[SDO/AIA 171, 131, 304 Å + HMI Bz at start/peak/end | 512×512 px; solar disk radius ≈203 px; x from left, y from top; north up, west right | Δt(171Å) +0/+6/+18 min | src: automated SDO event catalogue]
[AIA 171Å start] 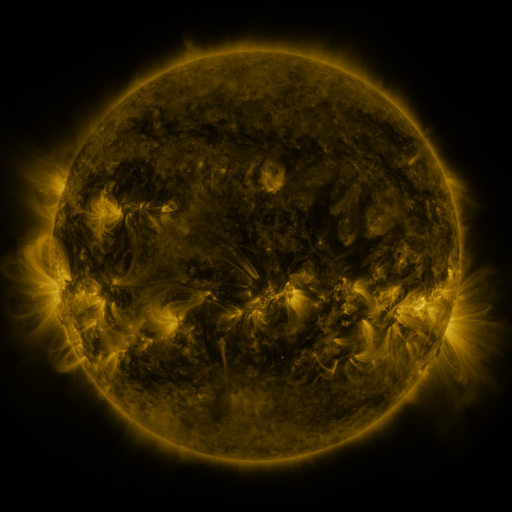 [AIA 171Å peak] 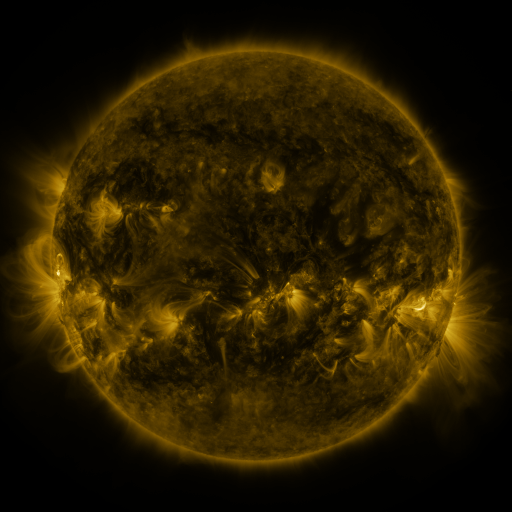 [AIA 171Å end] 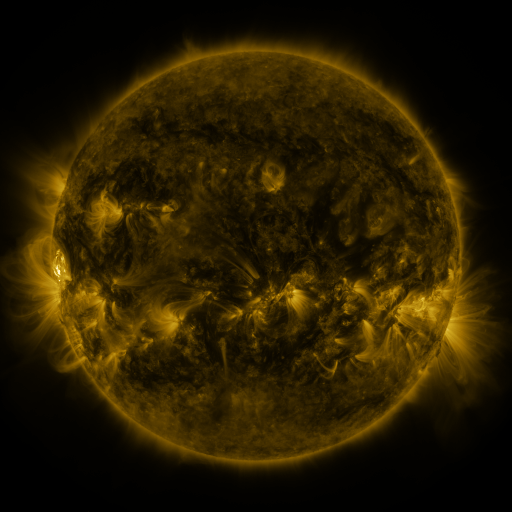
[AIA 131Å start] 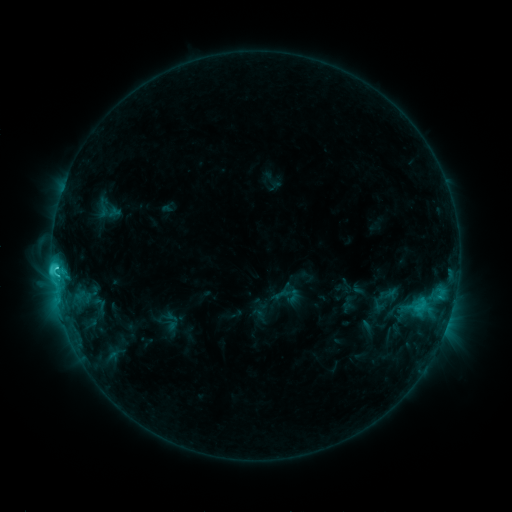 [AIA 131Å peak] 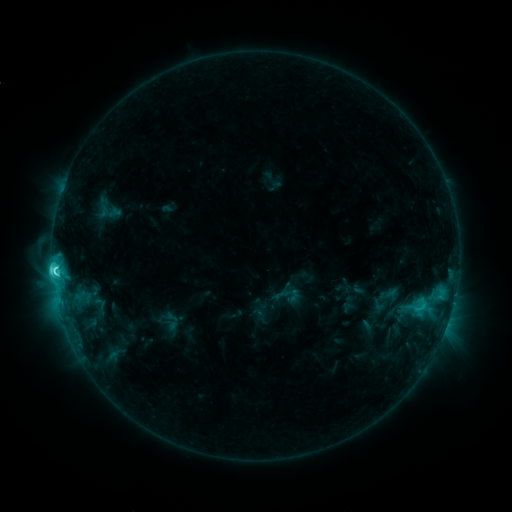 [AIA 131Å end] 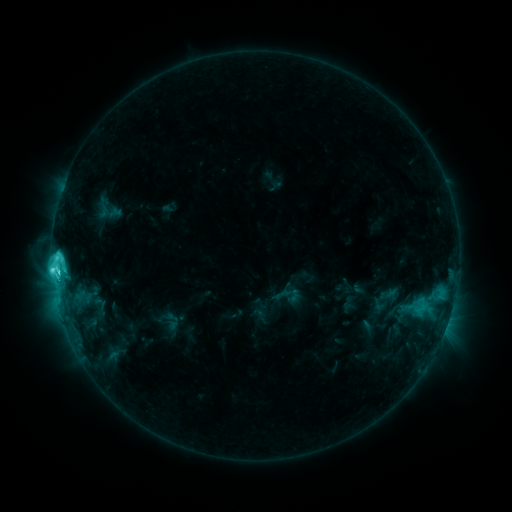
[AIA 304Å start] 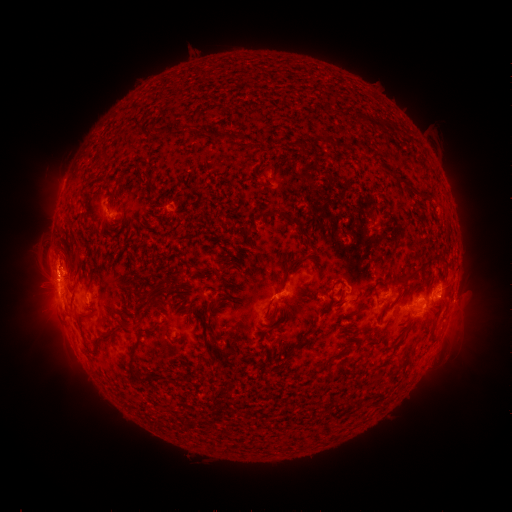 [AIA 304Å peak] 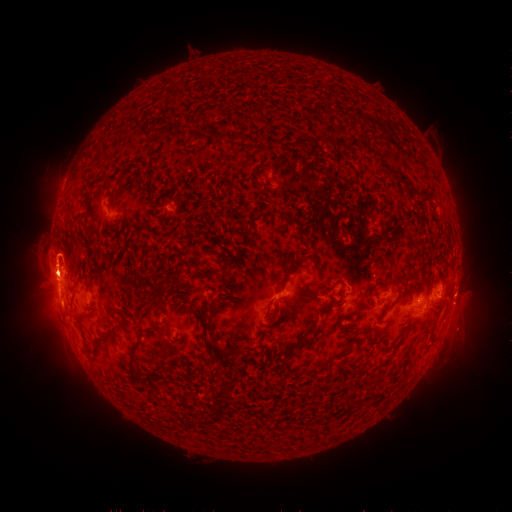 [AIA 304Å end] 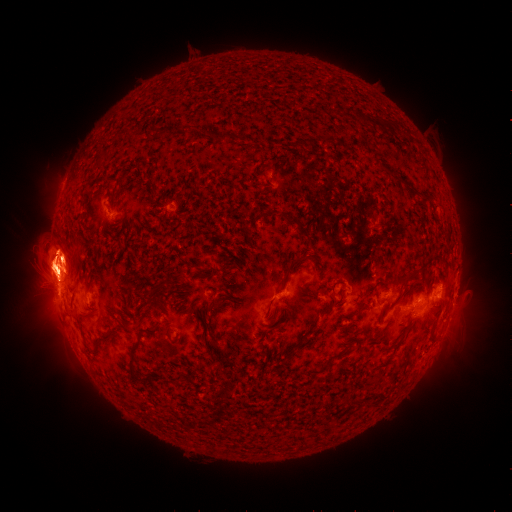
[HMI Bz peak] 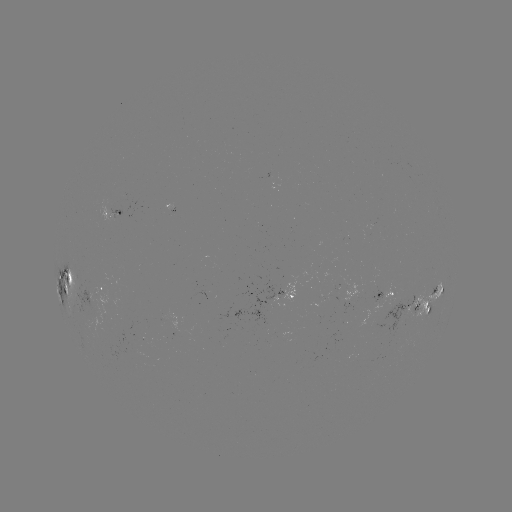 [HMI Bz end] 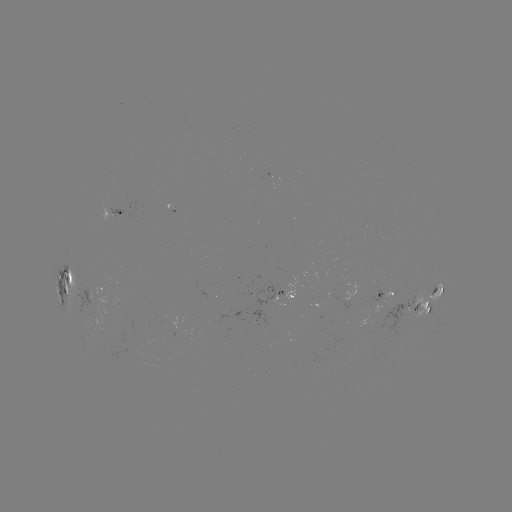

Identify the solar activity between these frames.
eruption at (465, 302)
